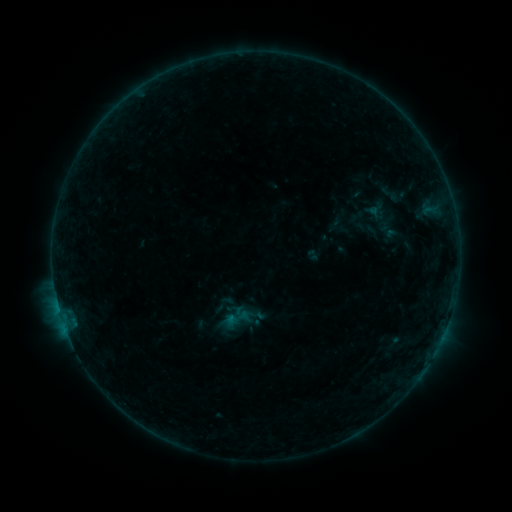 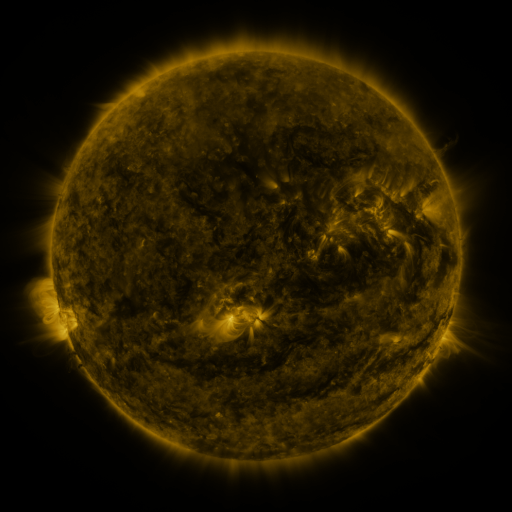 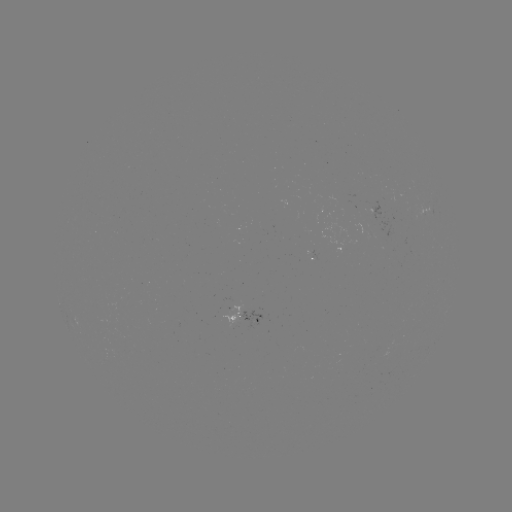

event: sigmoid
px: (391, 194)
